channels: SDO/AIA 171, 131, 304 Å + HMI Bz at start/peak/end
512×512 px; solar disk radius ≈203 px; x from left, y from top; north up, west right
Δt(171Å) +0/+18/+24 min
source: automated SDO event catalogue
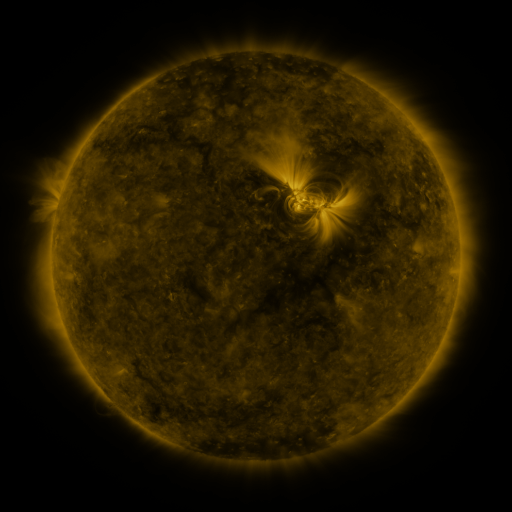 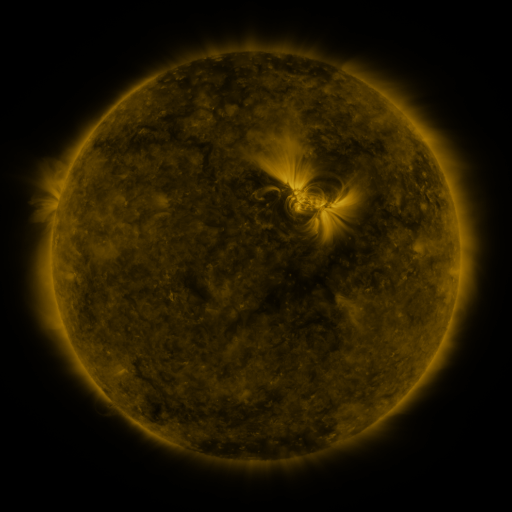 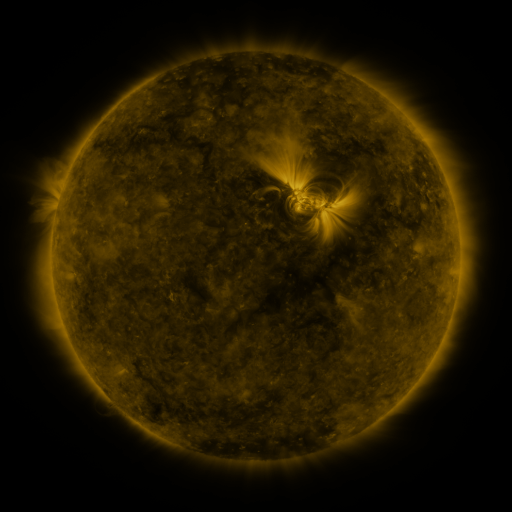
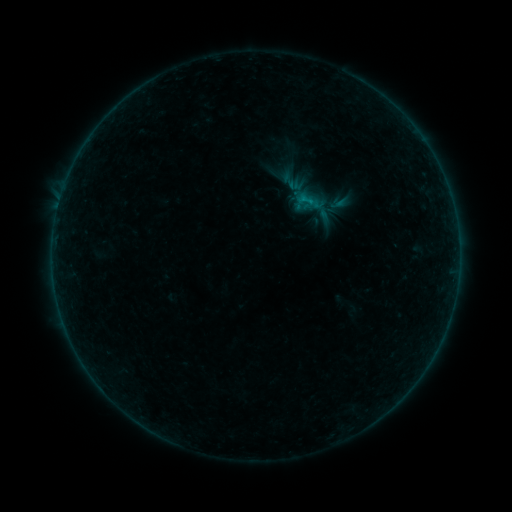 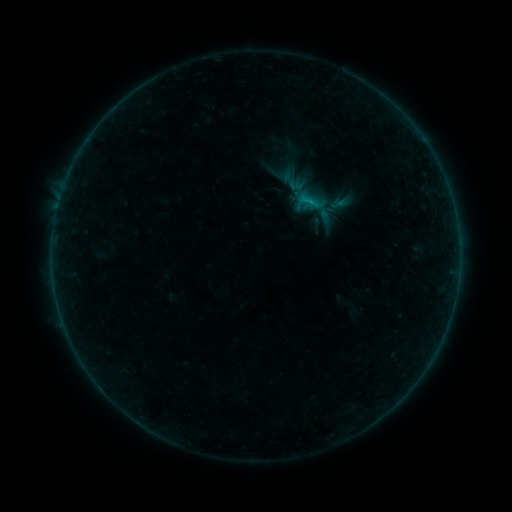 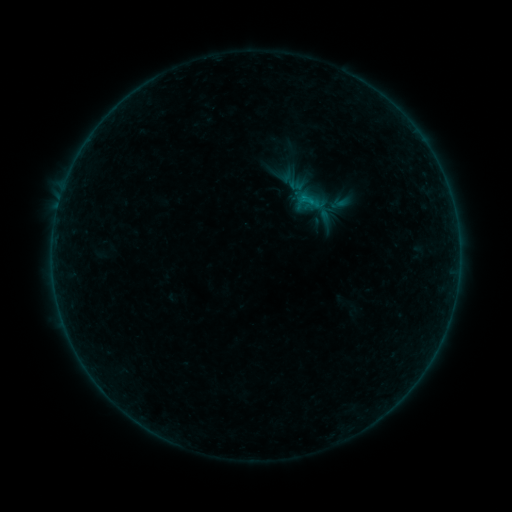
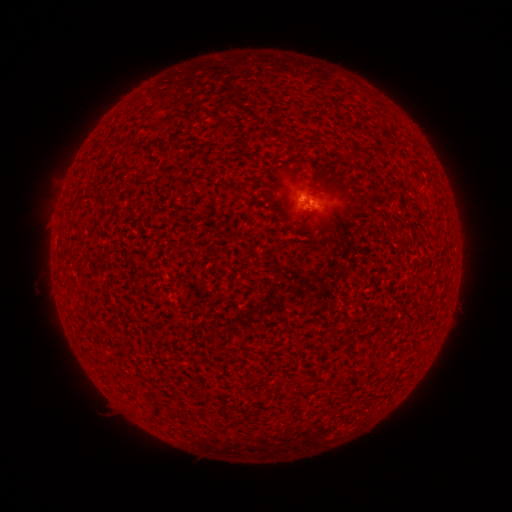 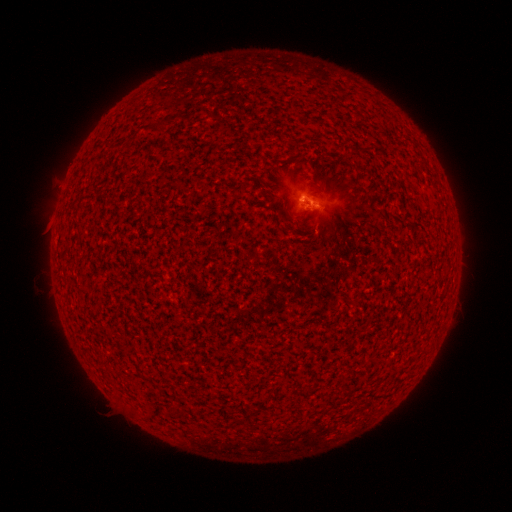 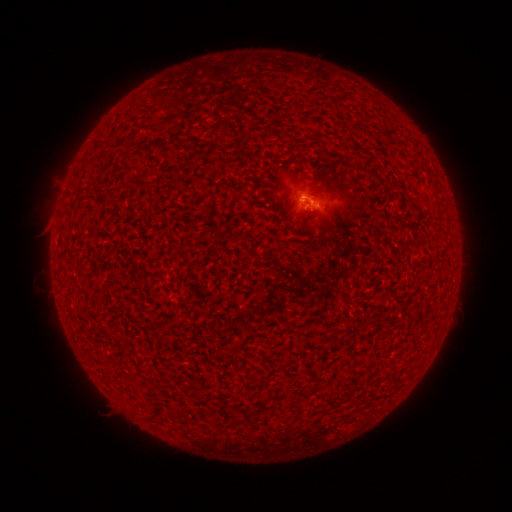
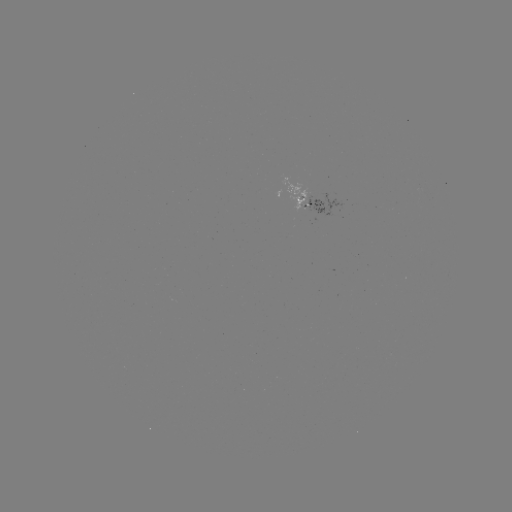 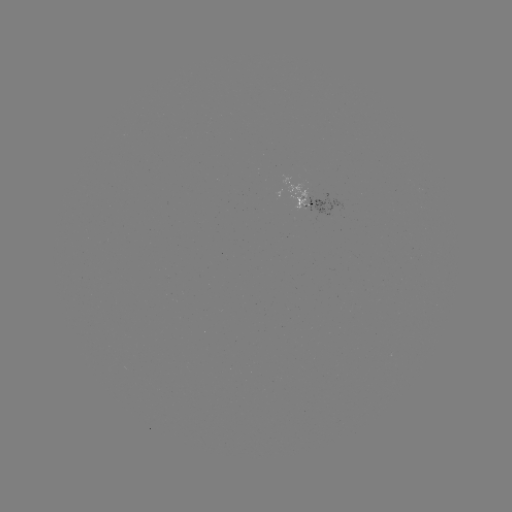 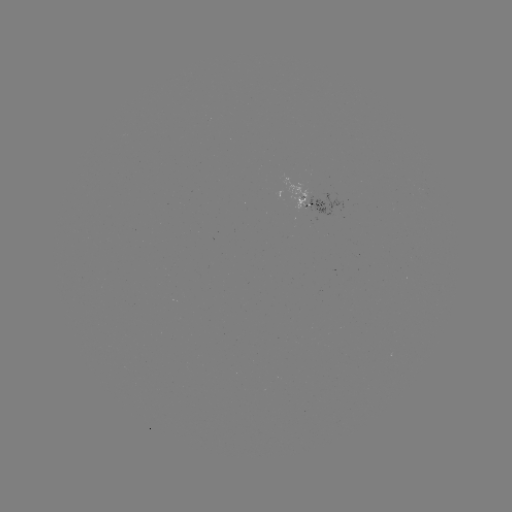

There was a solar flare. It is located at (310, 204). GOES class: B2.6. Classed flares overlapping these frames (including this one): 1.